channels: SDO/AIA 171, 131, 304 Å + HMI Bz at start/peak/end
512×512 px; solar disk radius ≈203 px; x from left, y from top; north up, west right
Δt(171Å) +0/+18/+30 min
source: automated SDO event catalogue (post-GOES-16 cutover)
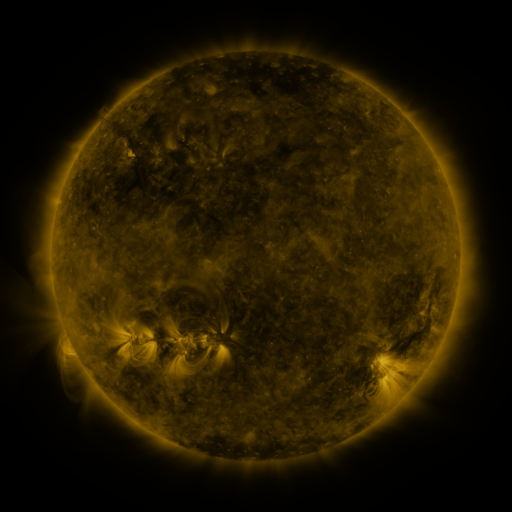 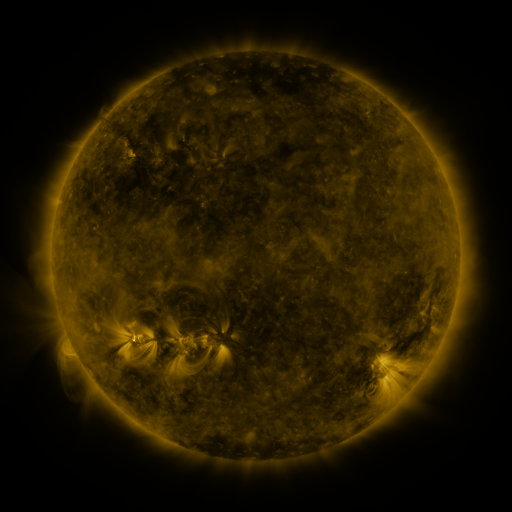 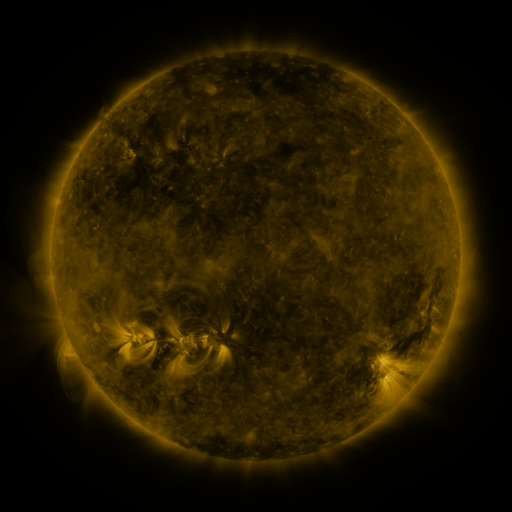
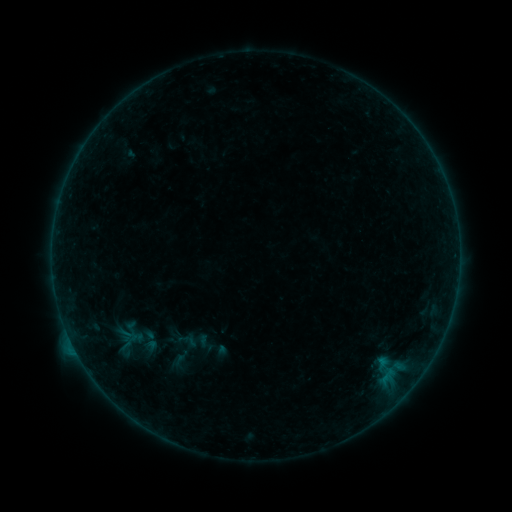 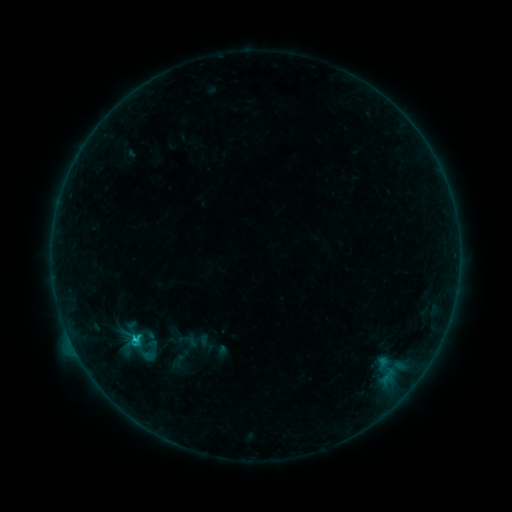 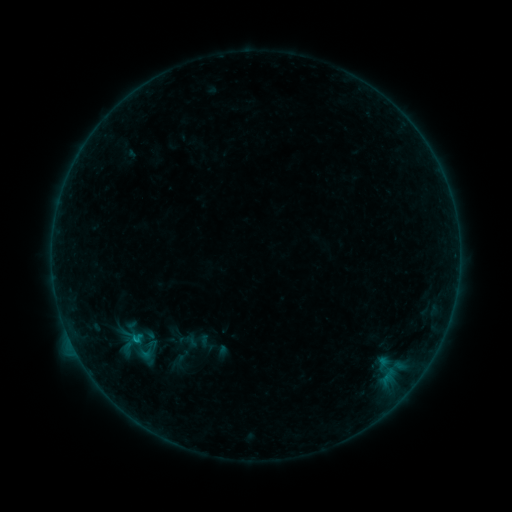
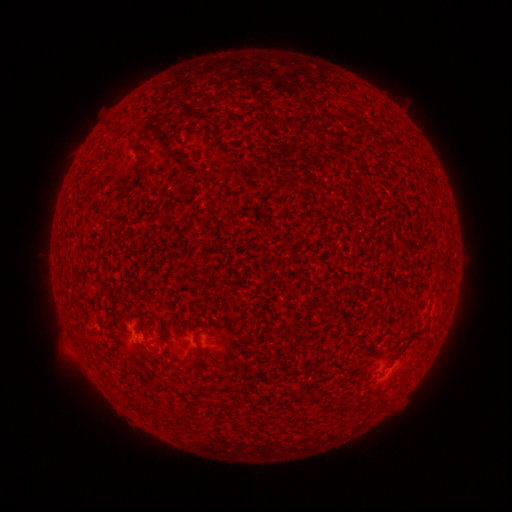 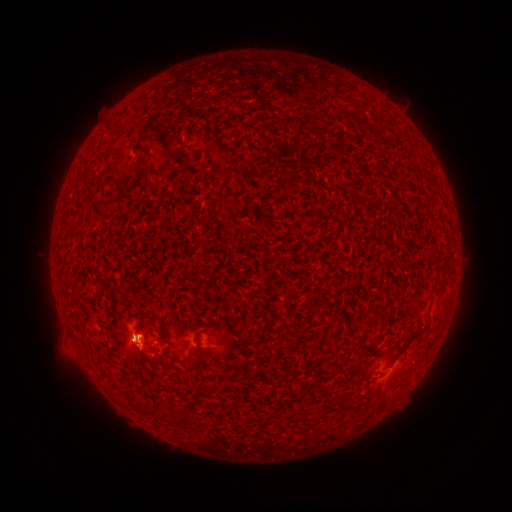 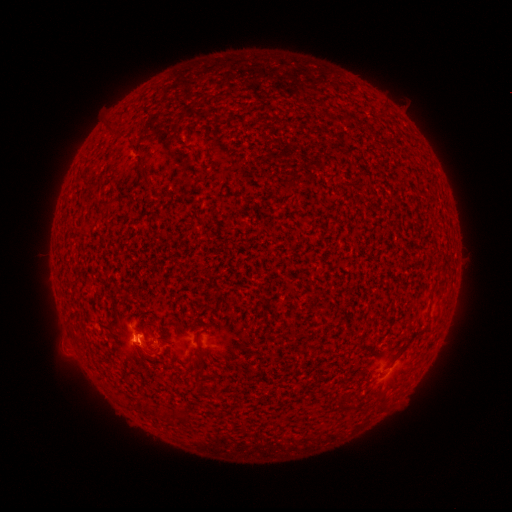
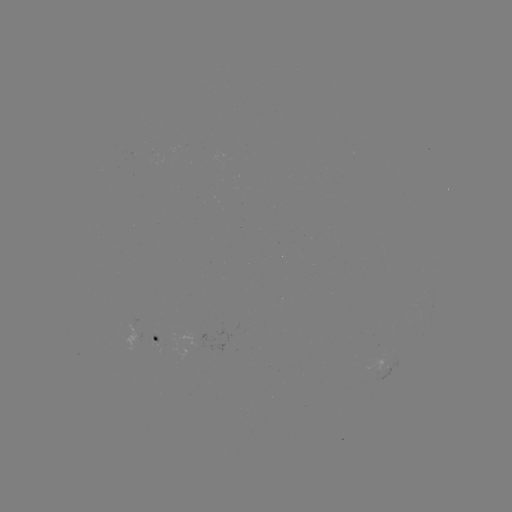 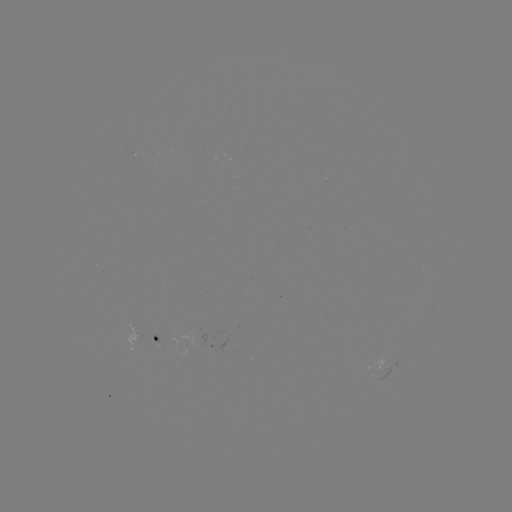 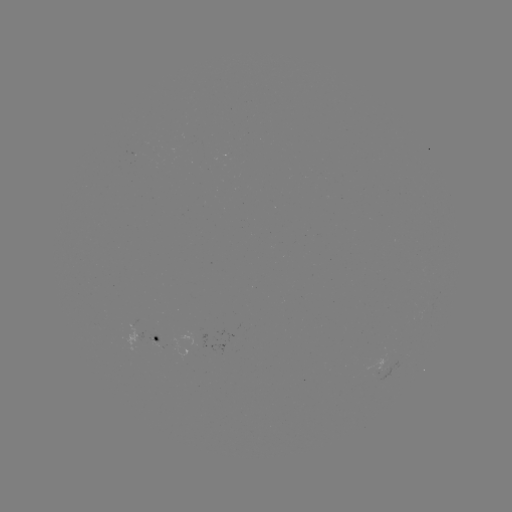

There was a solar flare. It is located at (137, 337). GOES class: C1.9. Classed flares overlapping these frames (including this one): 2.